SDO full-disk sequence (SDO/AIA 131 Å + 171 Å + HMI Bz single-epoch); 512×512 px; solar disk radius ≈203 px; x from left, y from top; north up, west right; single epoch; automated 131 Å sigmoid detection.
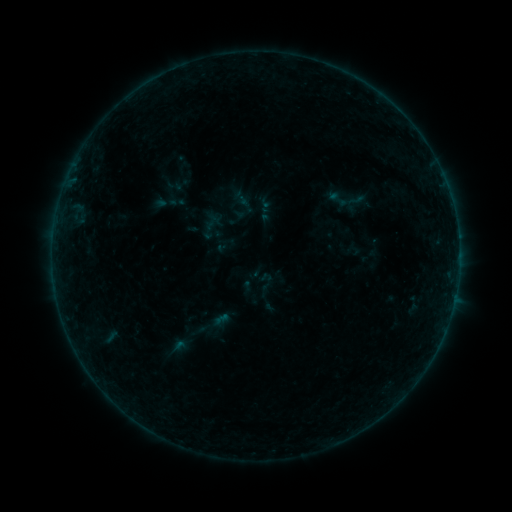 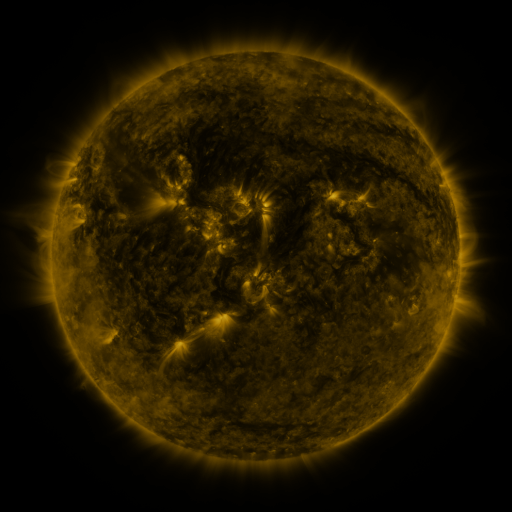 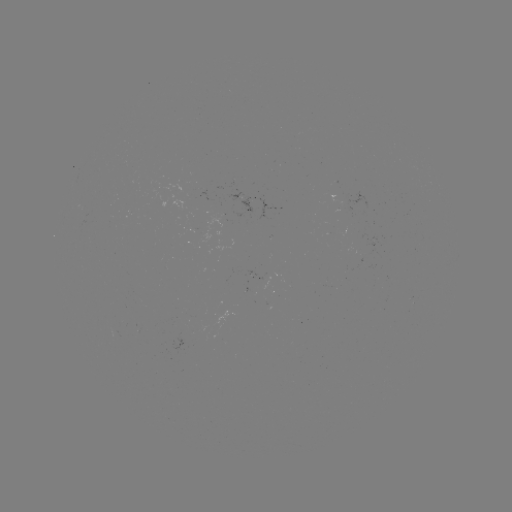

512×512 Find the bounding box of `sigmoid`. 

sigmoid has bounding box [245, 270, 288, 313].